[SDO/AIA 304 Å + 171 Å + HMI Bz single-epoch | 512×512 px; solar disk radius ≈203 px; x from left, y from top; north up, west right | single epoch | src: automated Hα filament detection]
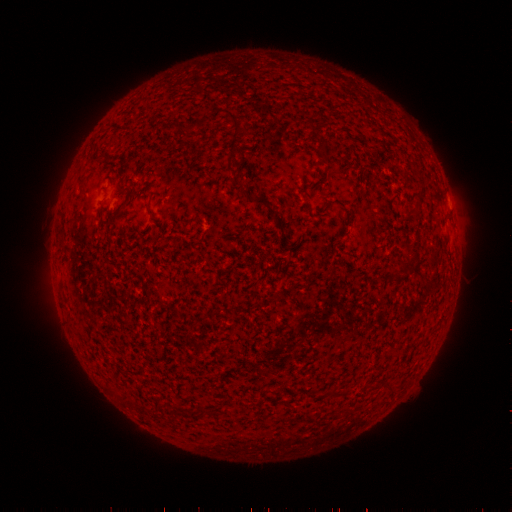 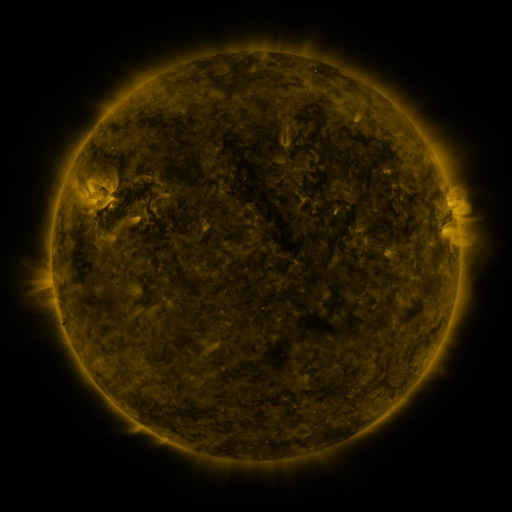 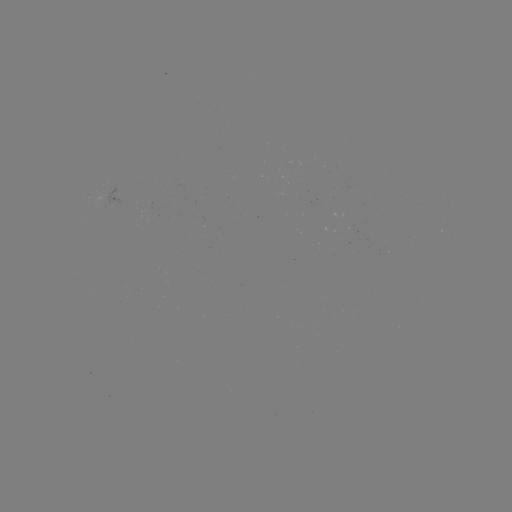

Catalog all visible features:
filament: <bbox>224, 113, 248, 135</bbox>
filament: <bbox>165, 121, 176, 130</bbox>
filament: <bbox>306, 121, 316, 130</bbox>
filament: <bbox>315, 144, 325, 153</bbox>
filament: <bbox>91, 154, 103, 164</bbox>
filament: <bbox>248, 196, 267, 204</bbox>
filament: <bbox>413, 208, 421, 219</bbox>
filament: <bbox>101, 209, 121, 227</bbox>
